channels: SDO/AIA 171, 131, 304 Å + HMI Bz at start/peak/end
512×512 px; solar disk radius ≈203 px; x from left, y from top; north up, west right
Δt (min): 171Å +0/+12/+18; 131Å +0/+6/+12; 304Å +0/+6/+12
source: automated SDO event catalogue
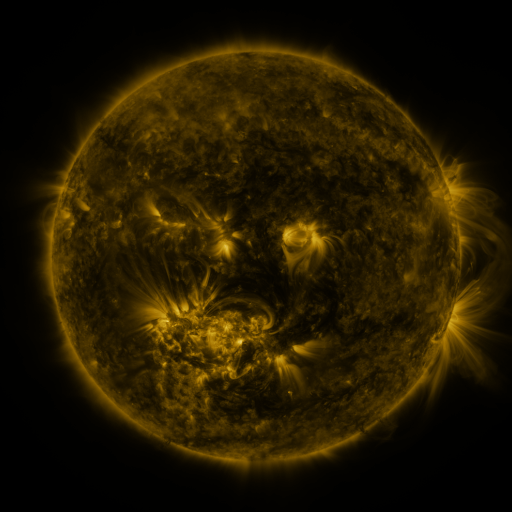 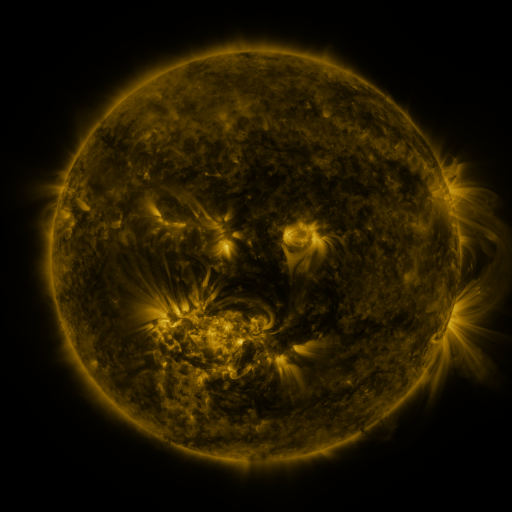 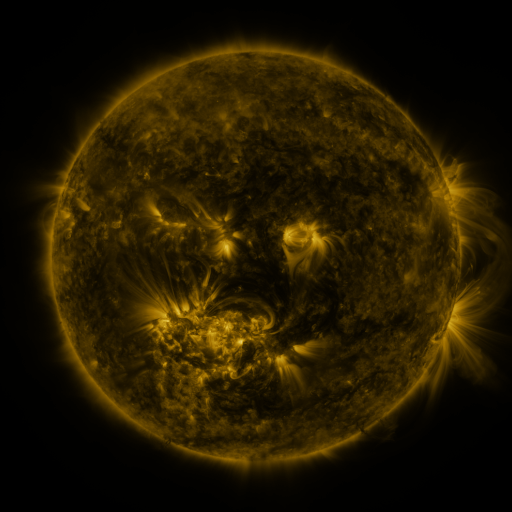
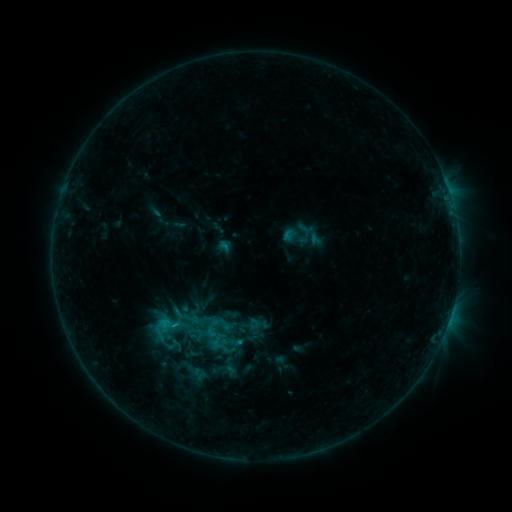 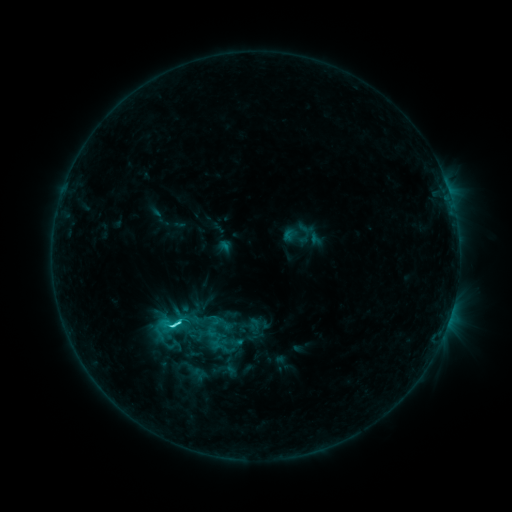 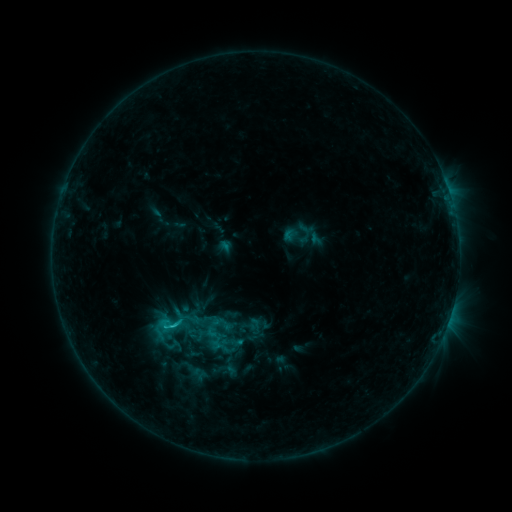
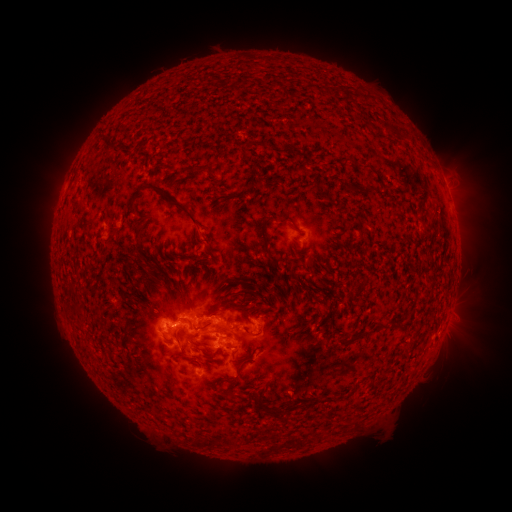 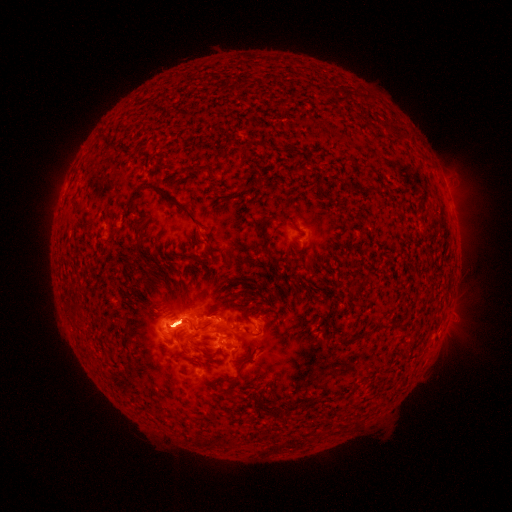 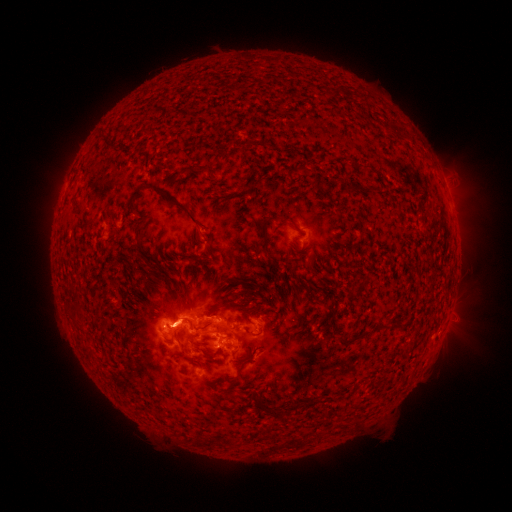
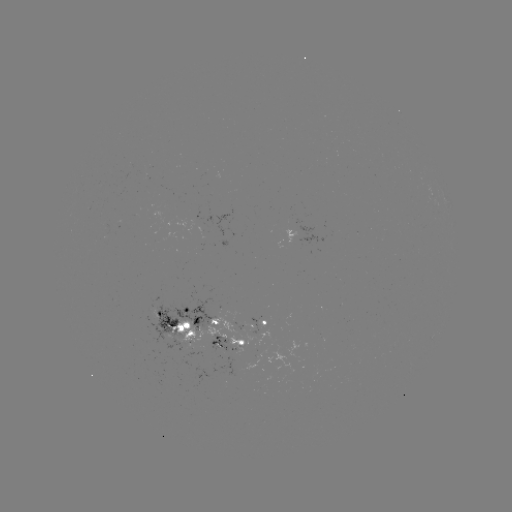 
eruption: (422, 133, 490, 228)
